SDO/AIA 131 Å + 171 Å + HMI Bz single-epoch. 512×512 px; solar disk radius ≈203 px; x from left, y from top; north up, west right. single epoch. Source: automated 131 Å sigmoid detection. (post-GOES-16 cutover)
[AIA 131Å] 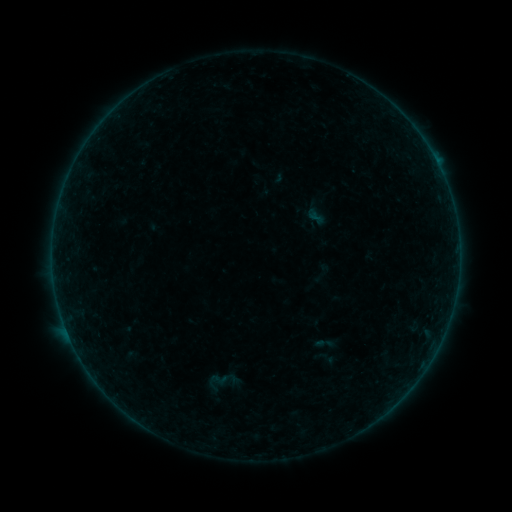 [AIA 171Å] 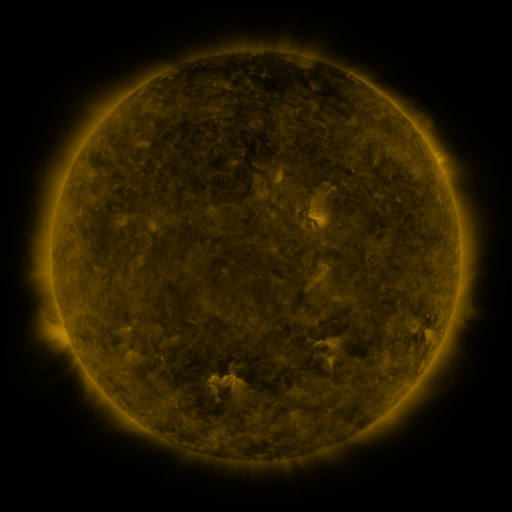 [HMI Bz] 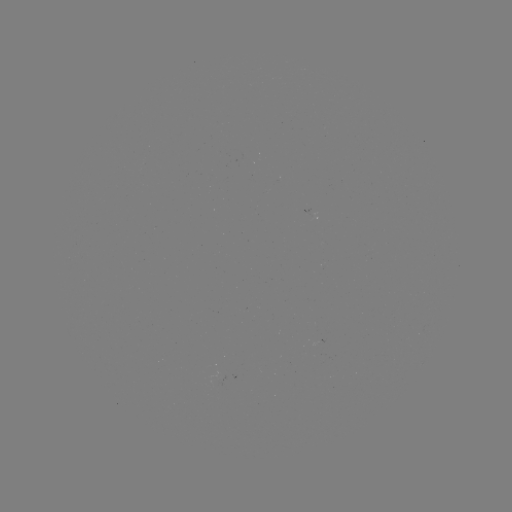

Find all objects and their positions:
sigmoid: (325, 358)
sigmoid: (219, 379)
